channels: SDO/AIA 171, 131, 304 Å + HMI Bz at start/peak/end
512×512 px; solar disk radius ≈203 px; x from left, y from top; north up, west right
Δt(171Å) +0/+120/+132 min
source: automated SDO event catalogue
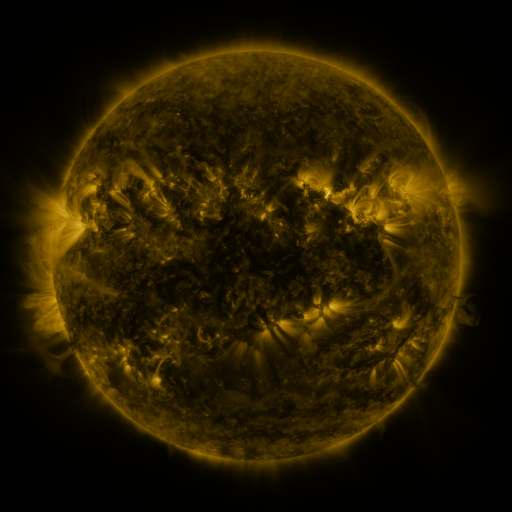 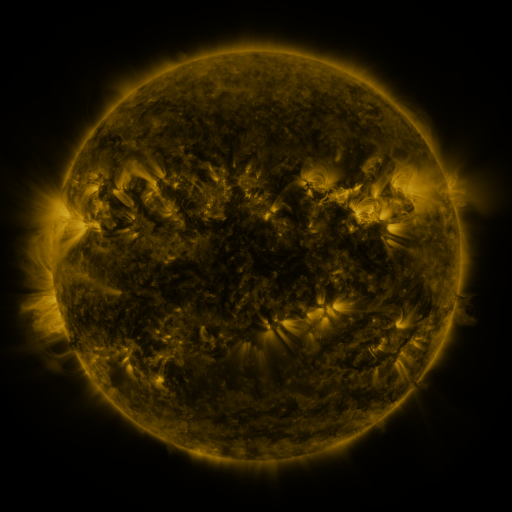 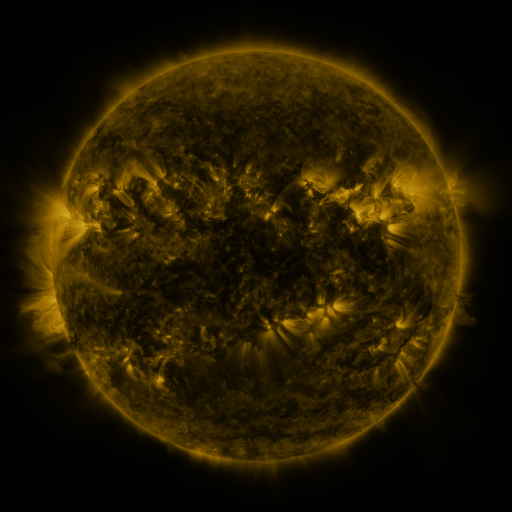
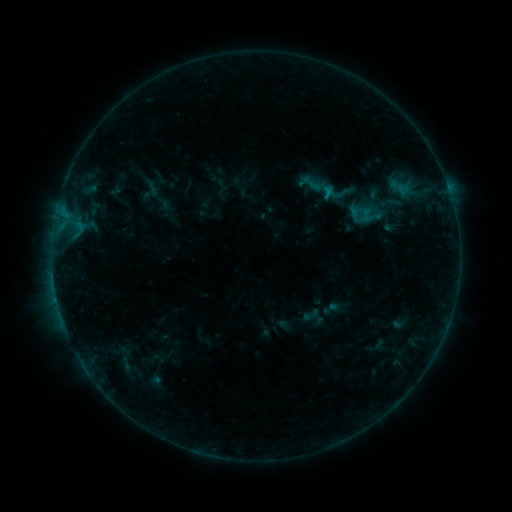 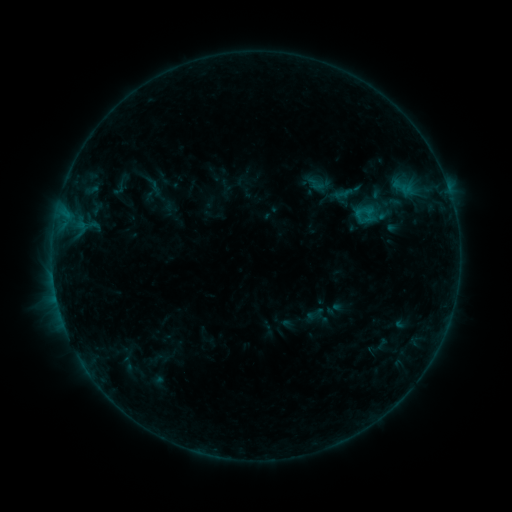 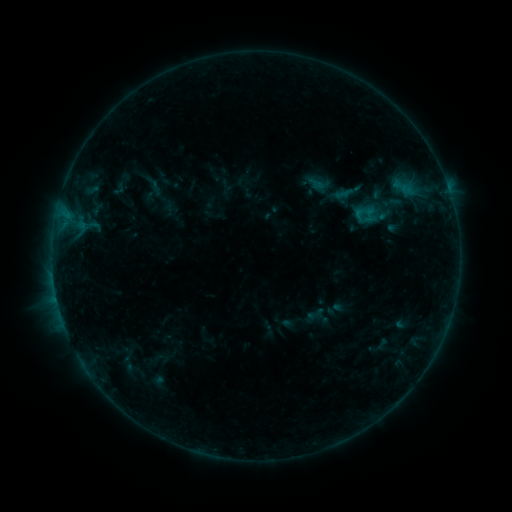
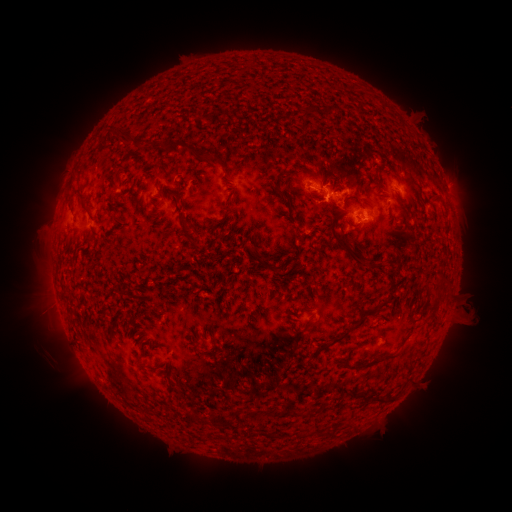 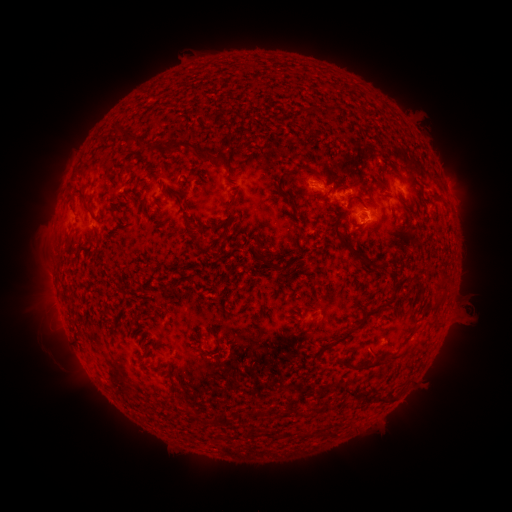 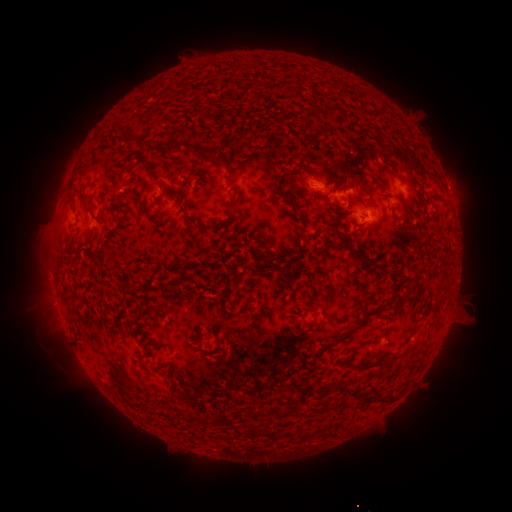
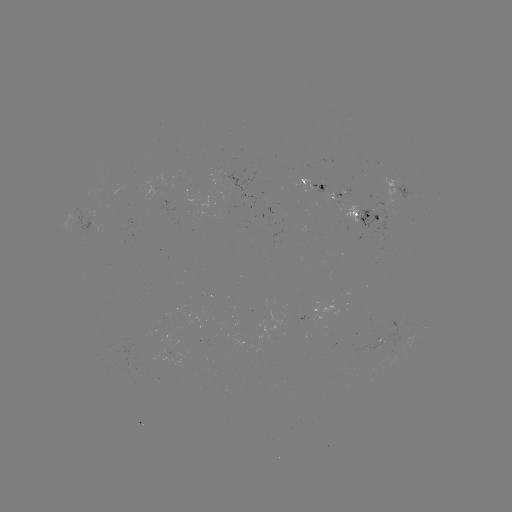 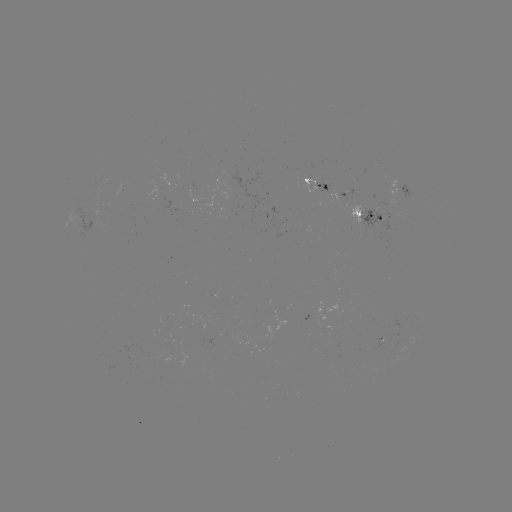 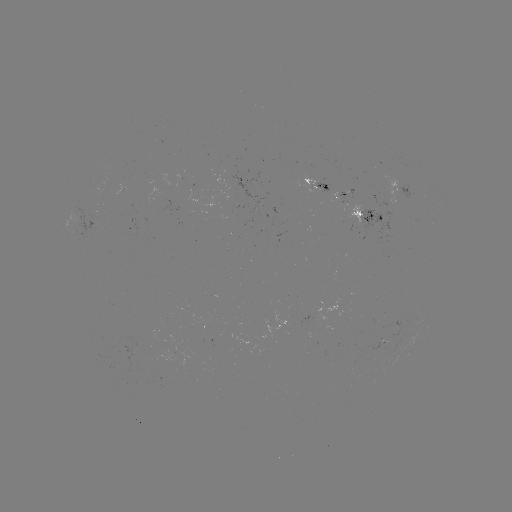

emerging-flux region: (314, 181, 330, 192)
